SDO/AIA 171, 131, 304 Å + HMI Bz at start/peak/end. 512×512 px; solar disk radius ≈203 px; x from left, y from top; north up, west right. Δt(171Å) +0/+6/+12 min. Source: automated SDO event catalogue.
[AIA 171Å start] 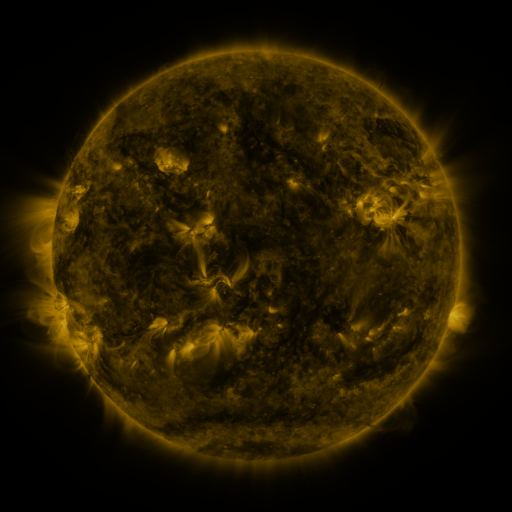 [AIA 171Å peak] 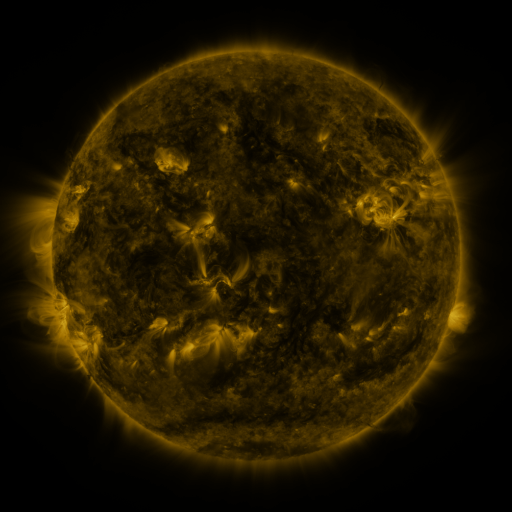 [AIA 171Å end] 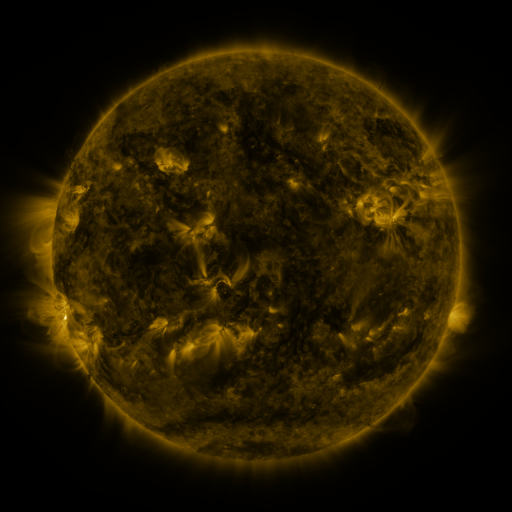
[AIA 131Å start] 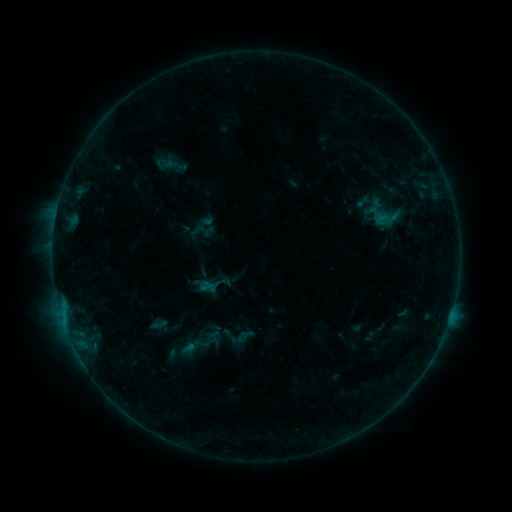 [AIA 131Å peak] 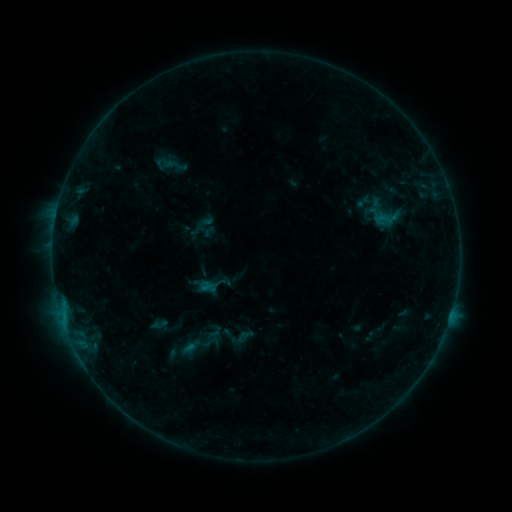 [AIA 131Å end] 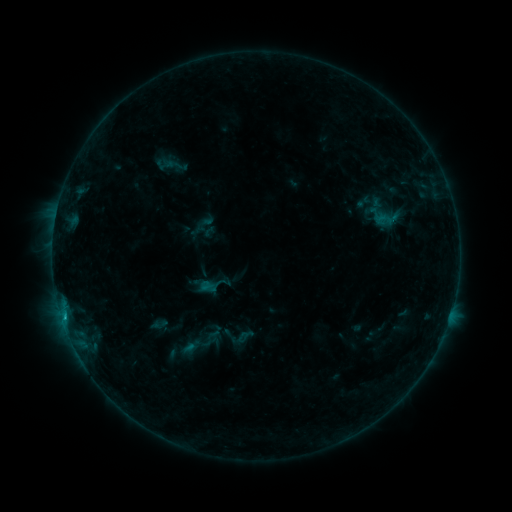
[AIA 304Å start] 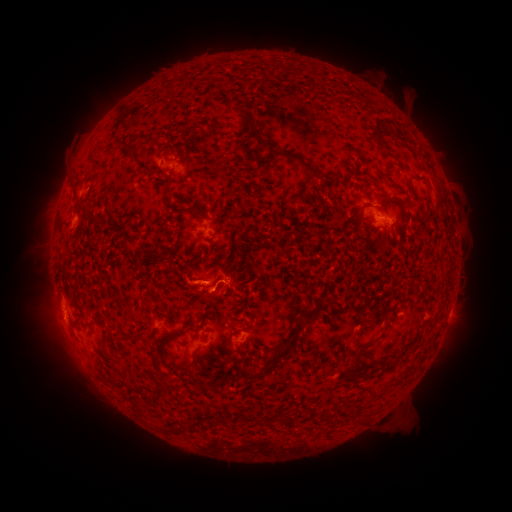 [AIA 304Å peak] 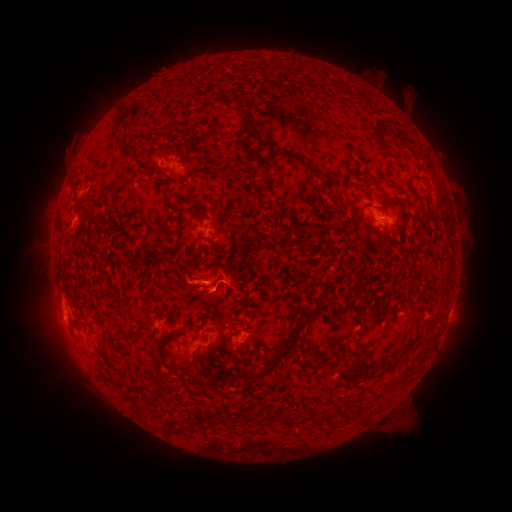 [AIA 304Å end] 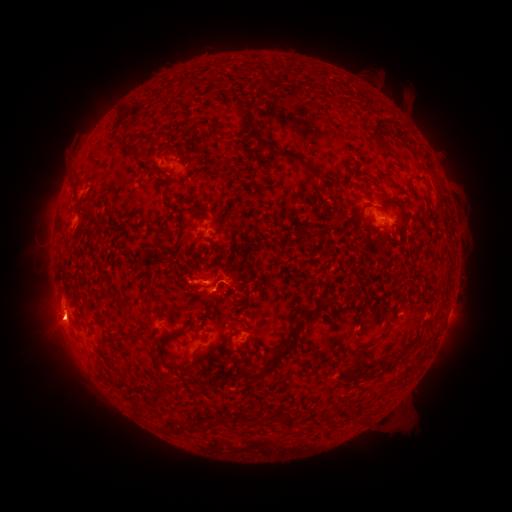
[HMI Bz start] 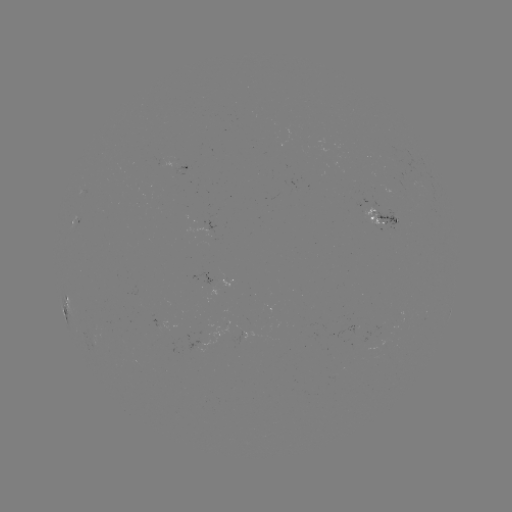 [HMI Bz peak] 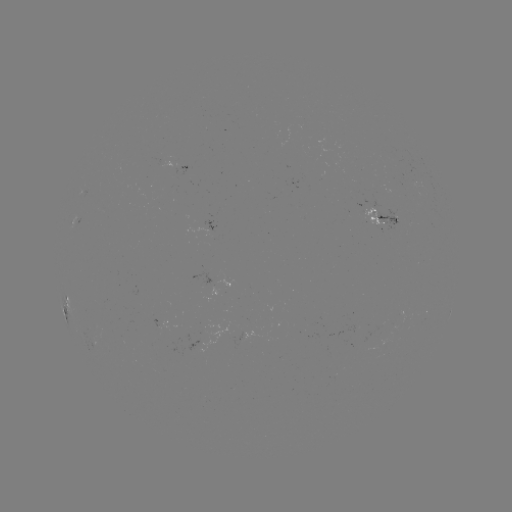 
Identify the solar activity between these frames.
B9.6 flare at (66, 314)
